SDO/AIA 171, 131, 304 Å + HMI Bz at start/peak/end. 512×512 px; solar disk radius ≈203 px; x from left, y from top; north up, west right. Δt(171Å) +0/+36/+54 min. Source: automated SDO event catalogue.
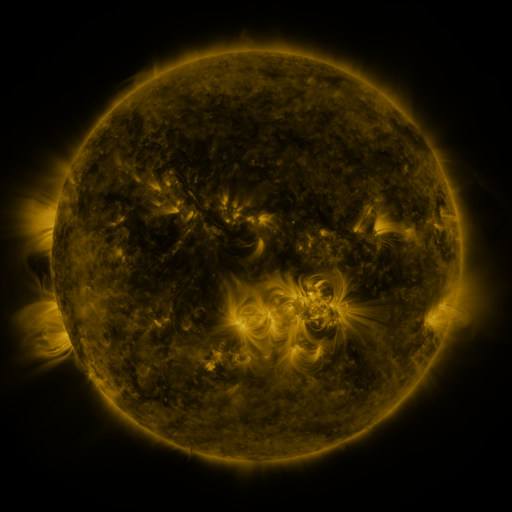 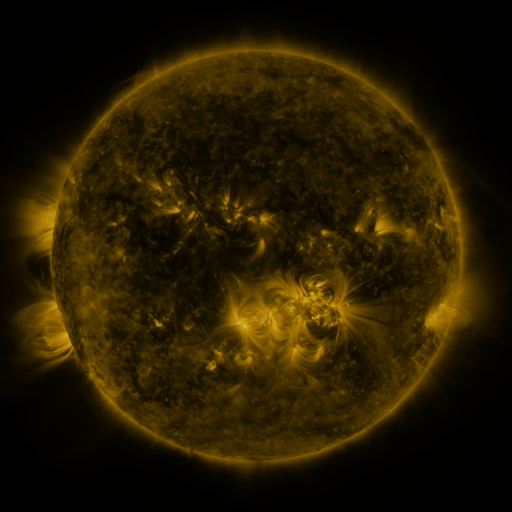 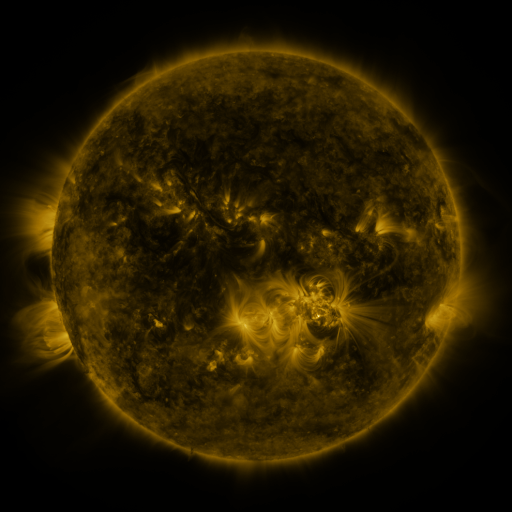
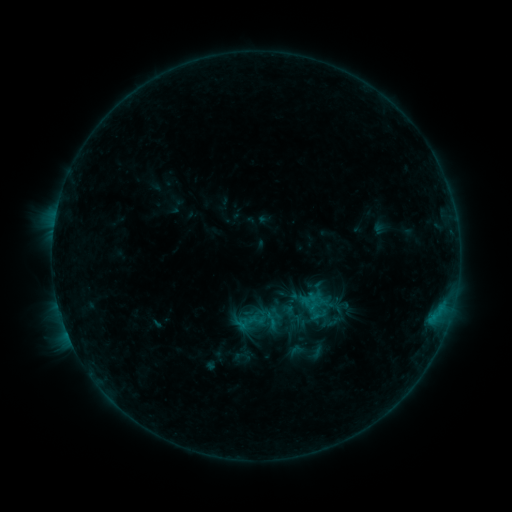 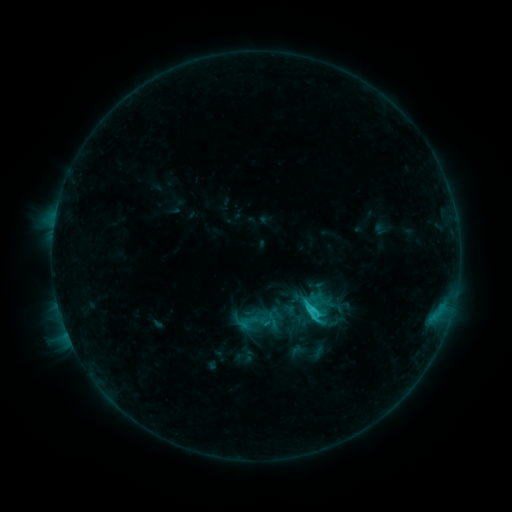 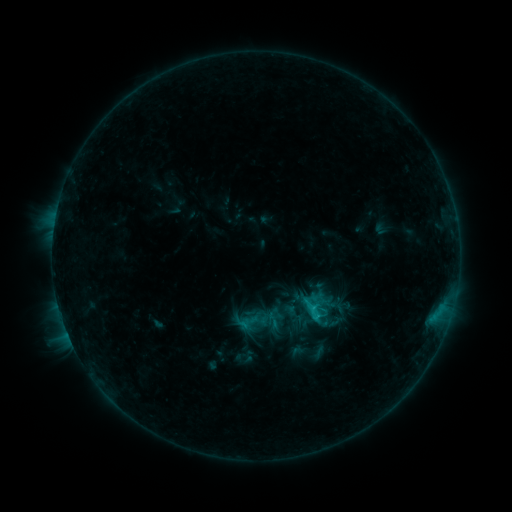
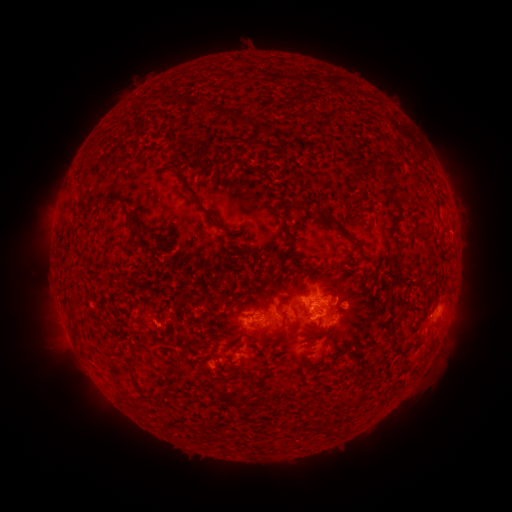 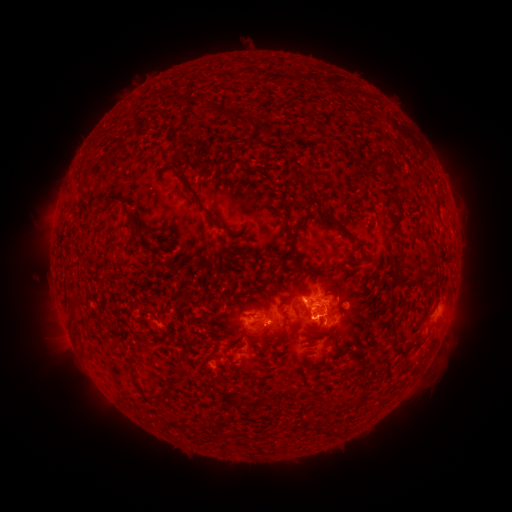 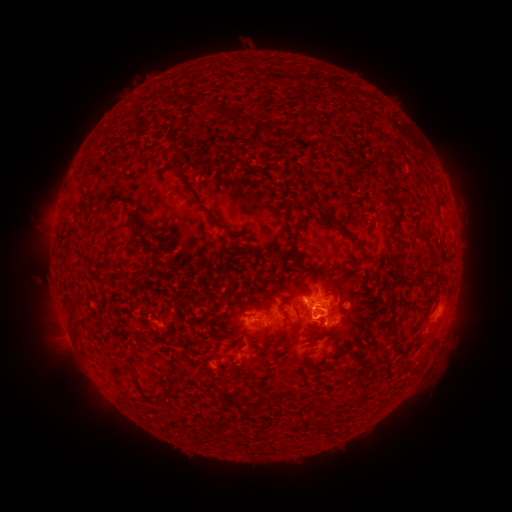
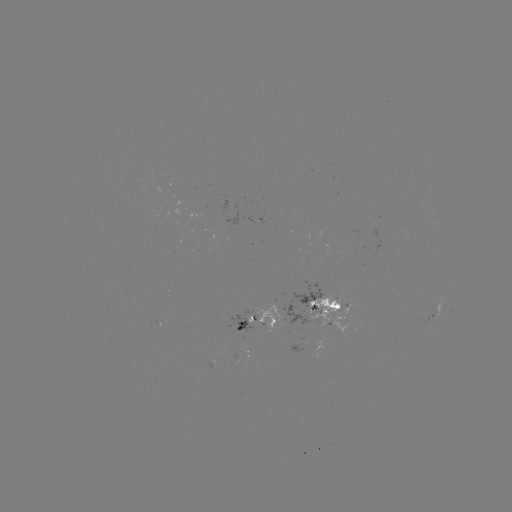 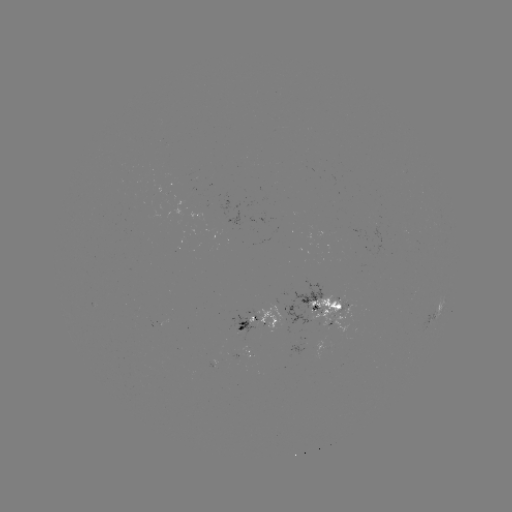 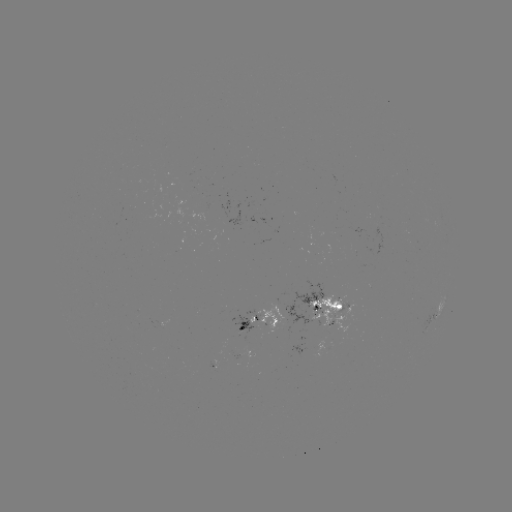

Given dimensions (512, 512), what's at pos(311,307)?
C2.0 flare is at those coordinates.